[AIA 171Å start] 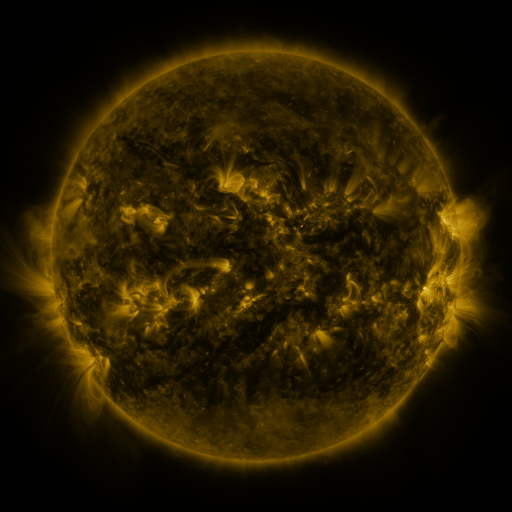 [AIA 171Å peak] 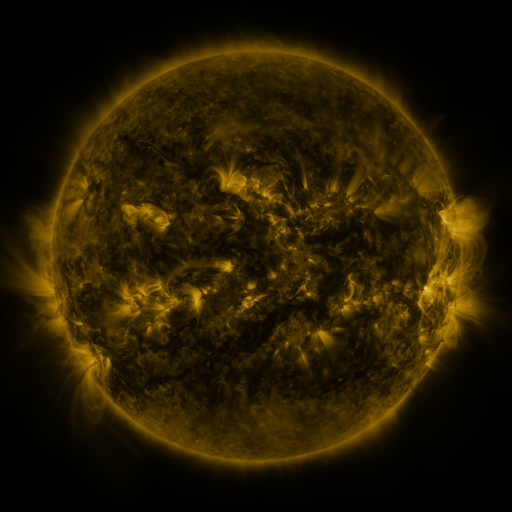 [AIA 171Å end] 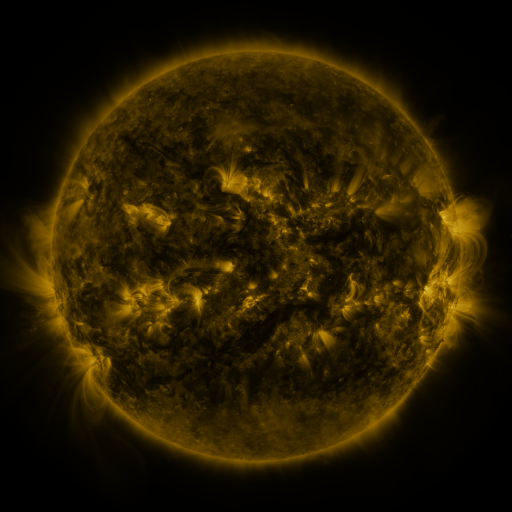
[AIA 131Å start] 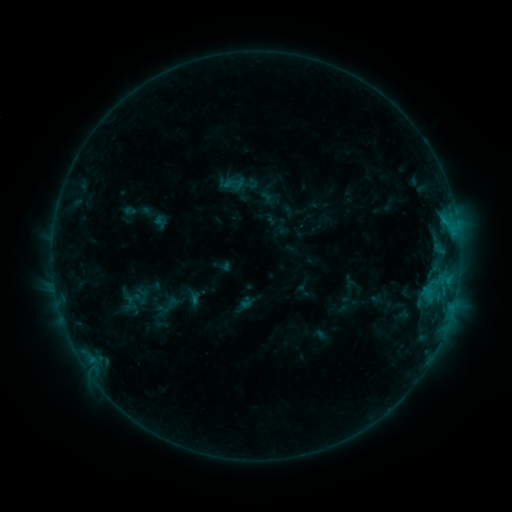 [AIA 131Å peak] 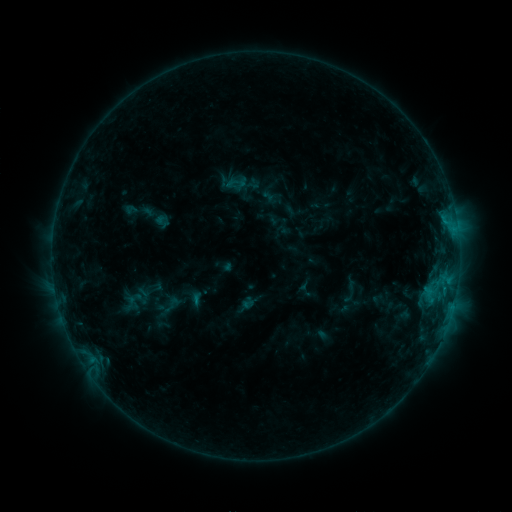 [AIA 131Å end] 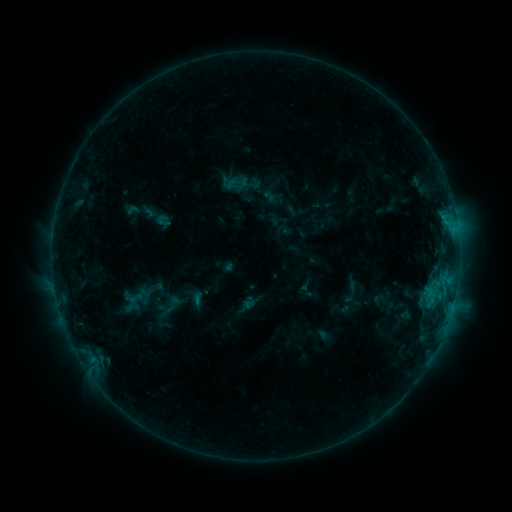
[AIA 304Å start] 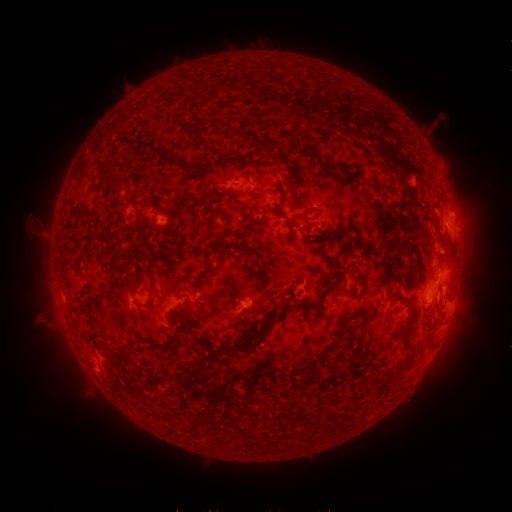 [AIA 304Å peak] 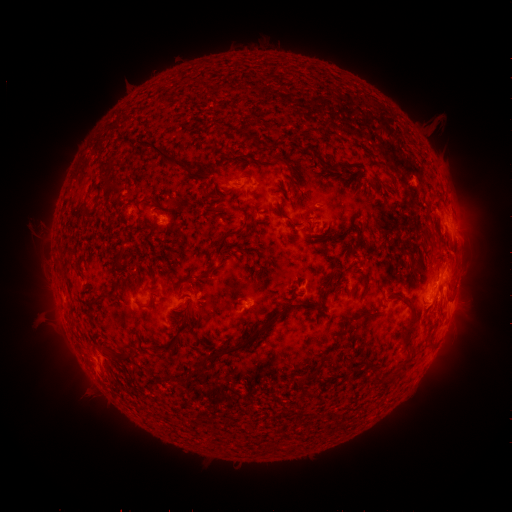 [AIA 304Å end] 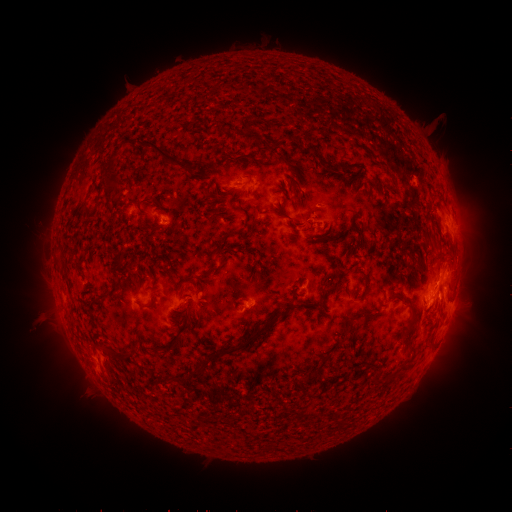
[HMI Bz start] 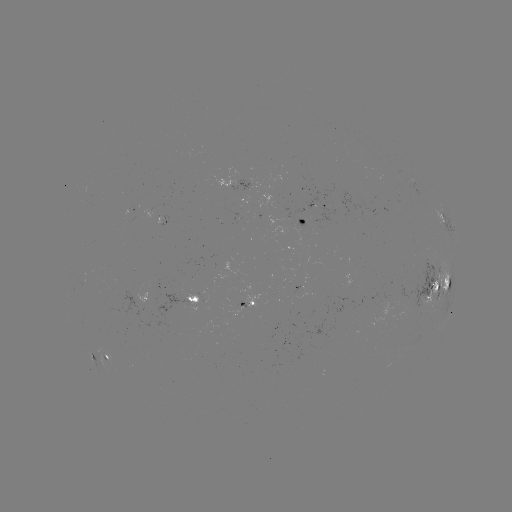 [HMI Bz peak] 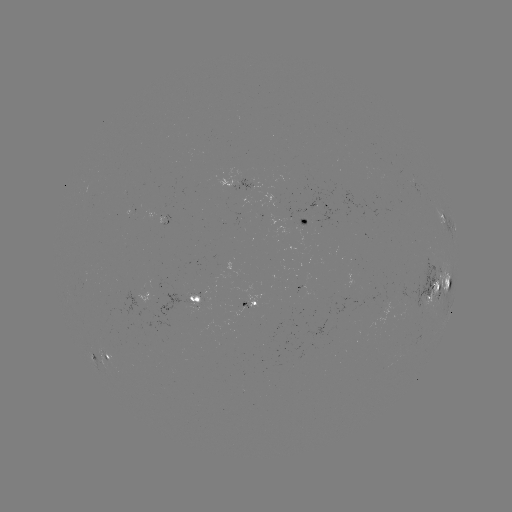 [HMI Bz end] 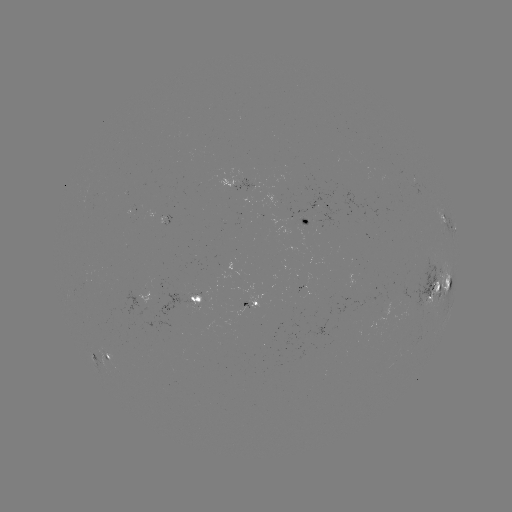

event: emerging-flux region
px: (350, 285)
